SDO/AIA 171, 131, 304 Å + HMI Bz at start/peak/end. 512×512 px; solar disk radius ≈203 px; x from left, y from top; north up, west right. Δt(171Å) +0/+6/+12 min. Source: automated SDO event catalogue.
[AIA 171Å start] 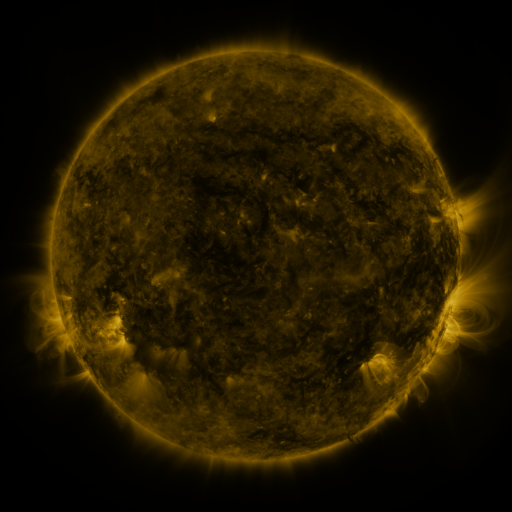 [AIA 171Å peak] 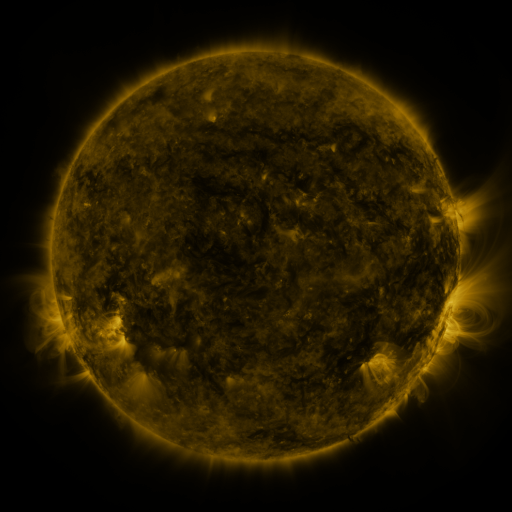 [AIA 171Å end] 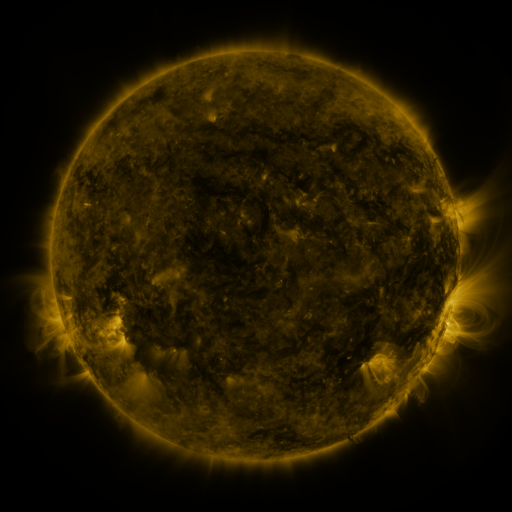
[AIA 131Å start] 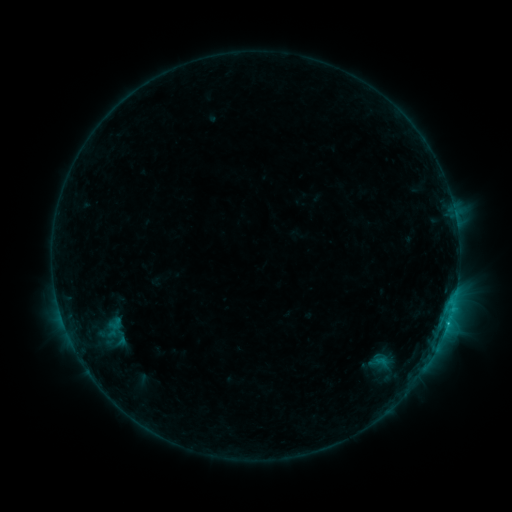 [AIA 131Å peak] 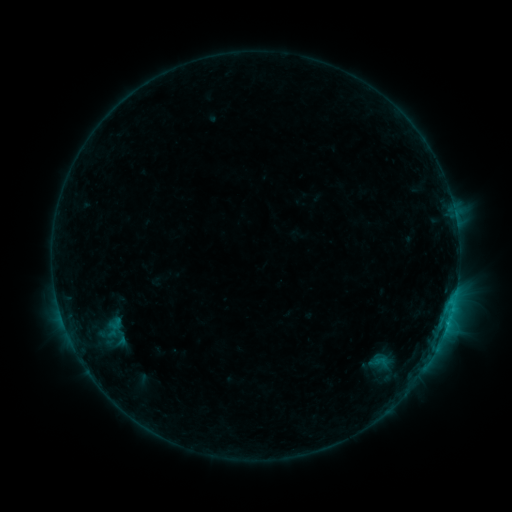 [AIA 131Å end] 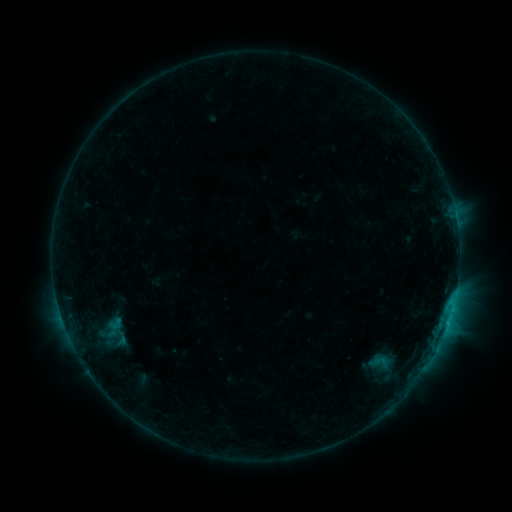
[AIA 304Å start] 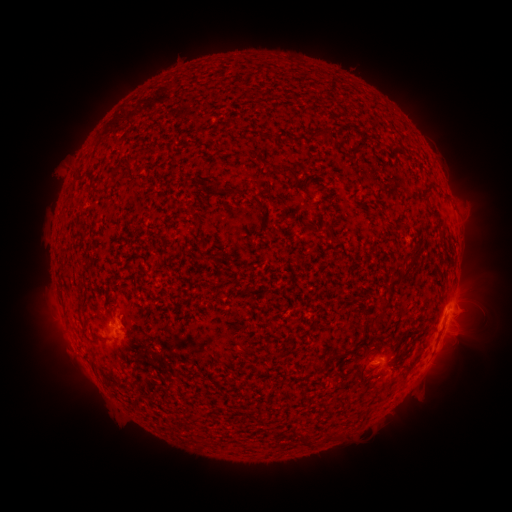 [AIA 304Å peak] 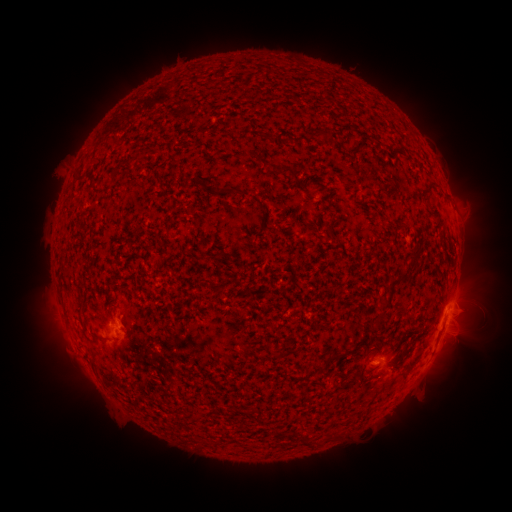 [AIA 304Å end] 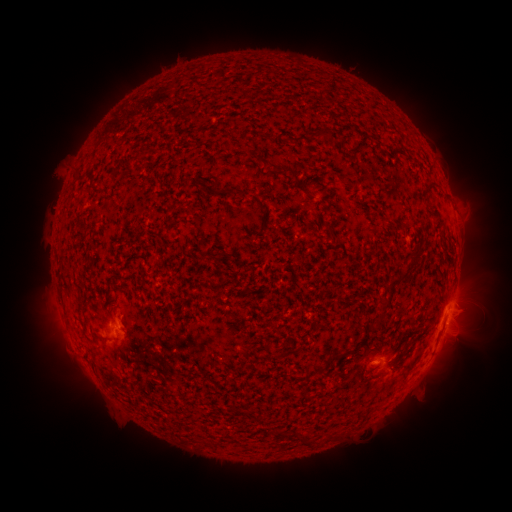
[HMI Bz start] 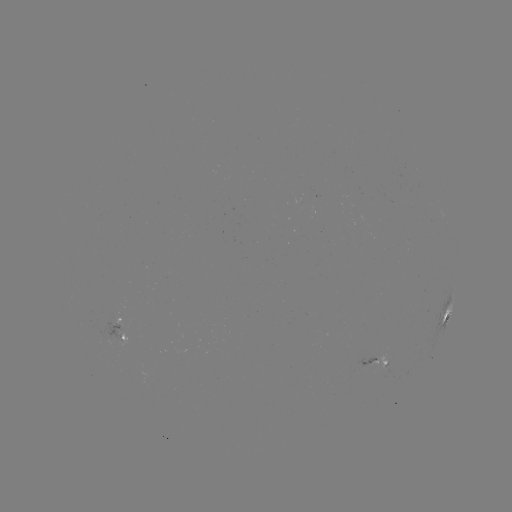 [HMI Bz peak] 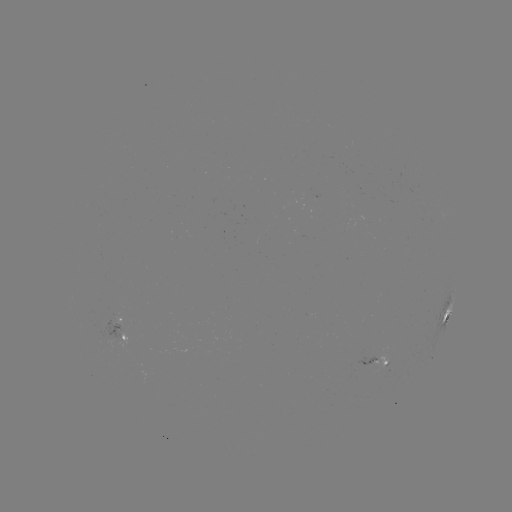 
no flare in any classed list; no EUV-trigger detection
